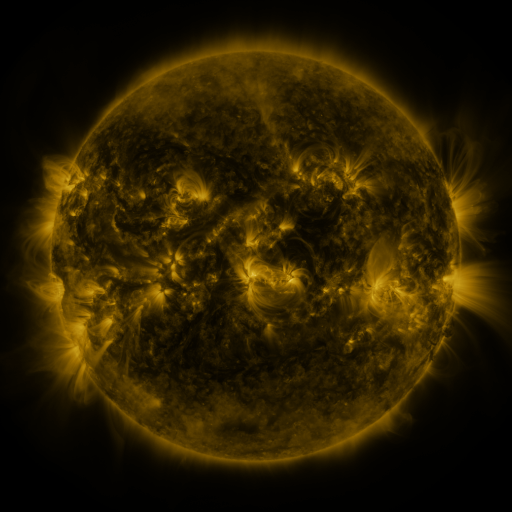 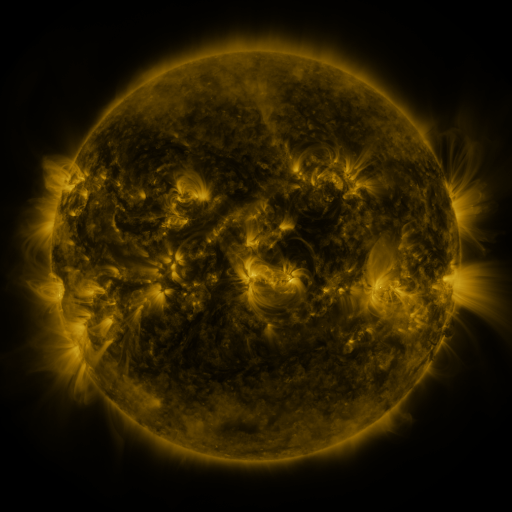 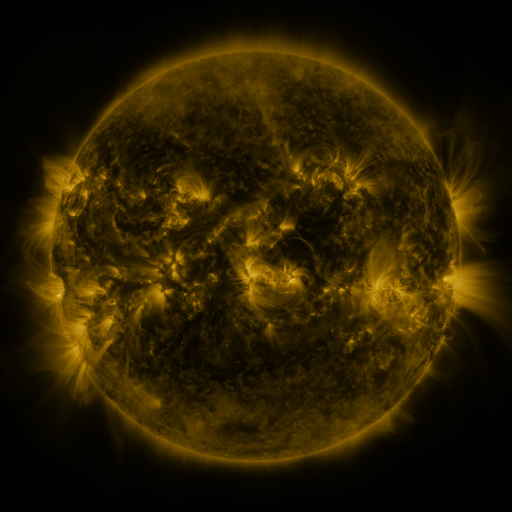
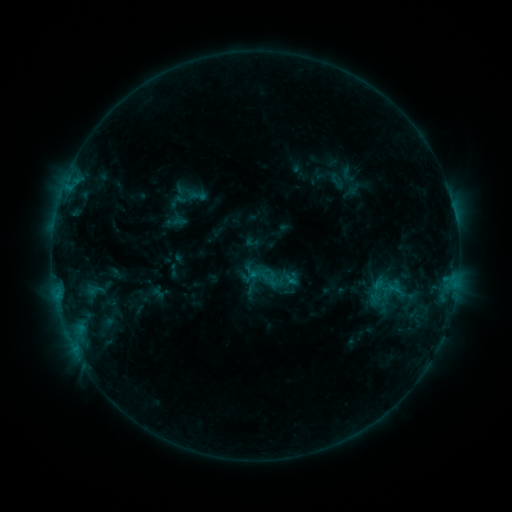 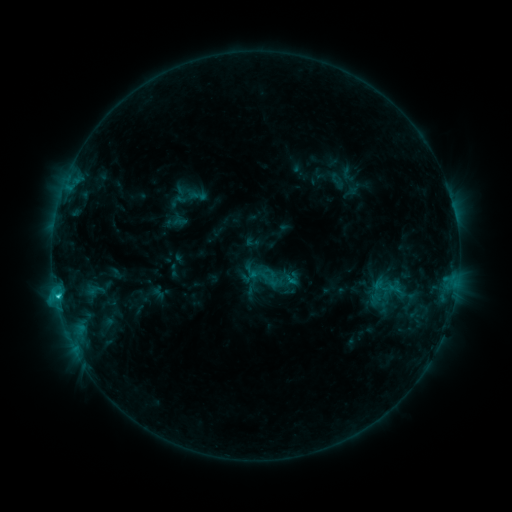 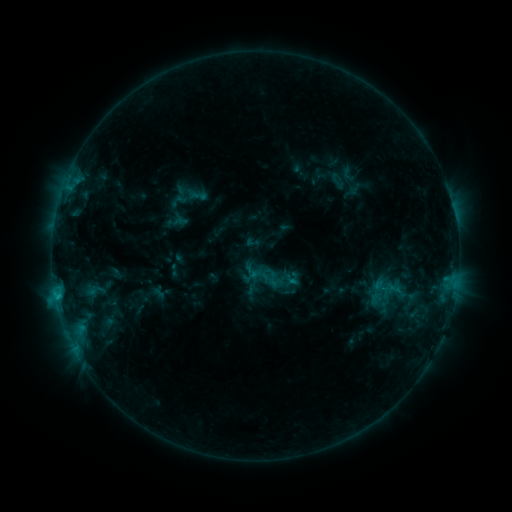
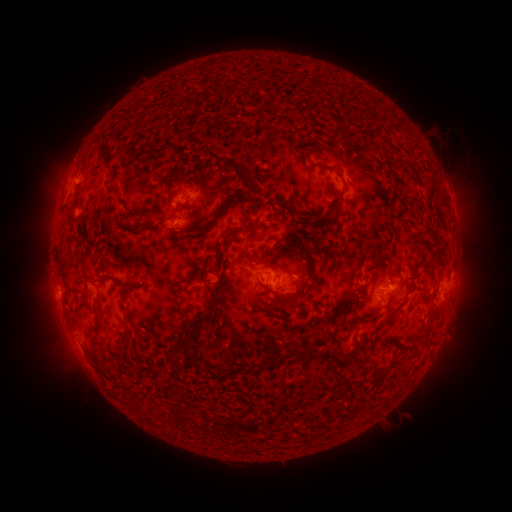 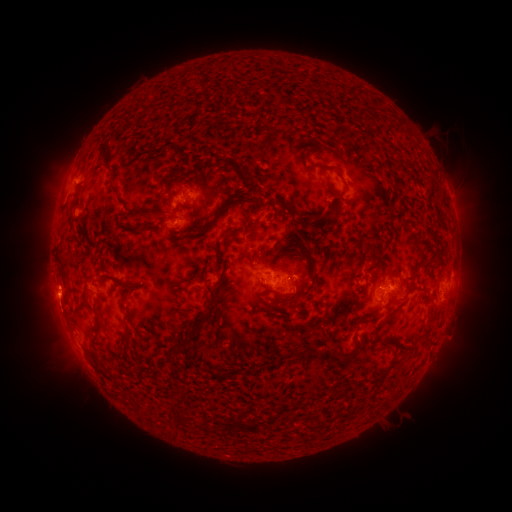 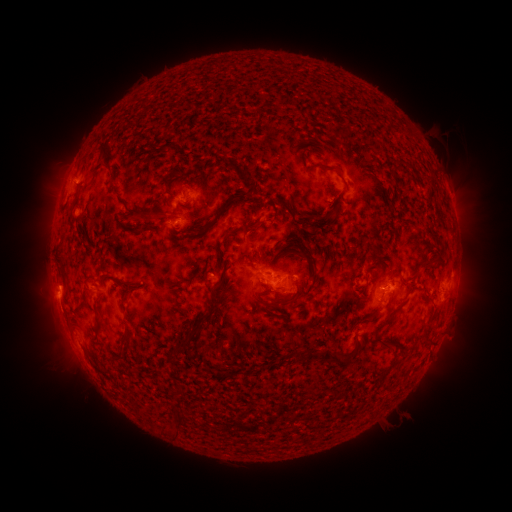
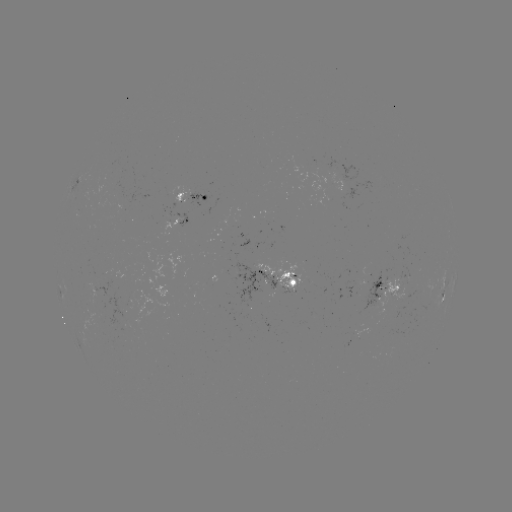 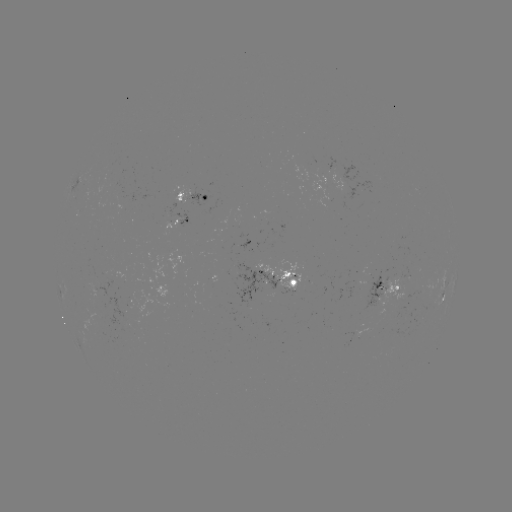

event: flare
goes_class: C1.4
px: (58, 295)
